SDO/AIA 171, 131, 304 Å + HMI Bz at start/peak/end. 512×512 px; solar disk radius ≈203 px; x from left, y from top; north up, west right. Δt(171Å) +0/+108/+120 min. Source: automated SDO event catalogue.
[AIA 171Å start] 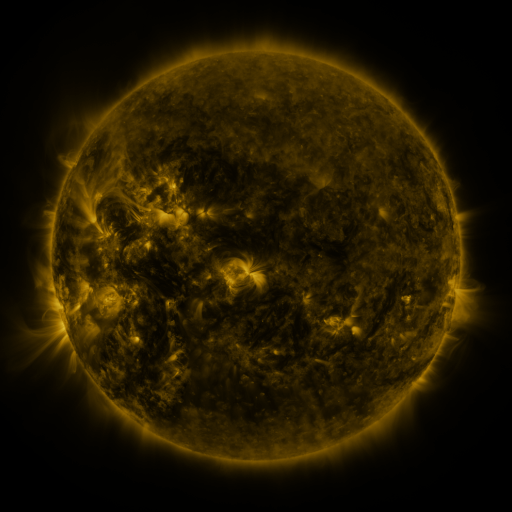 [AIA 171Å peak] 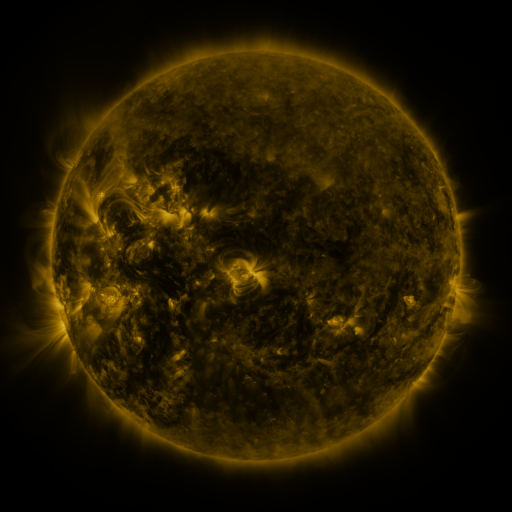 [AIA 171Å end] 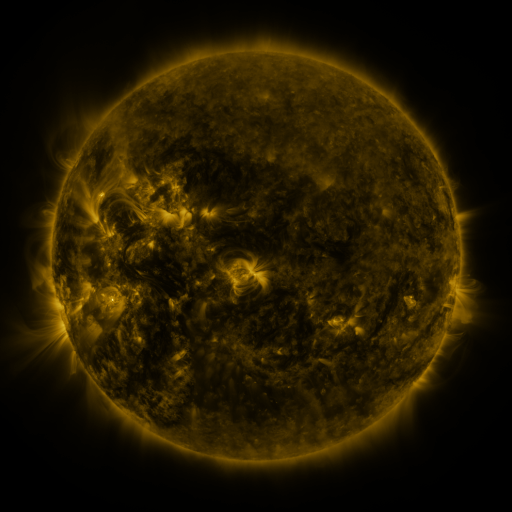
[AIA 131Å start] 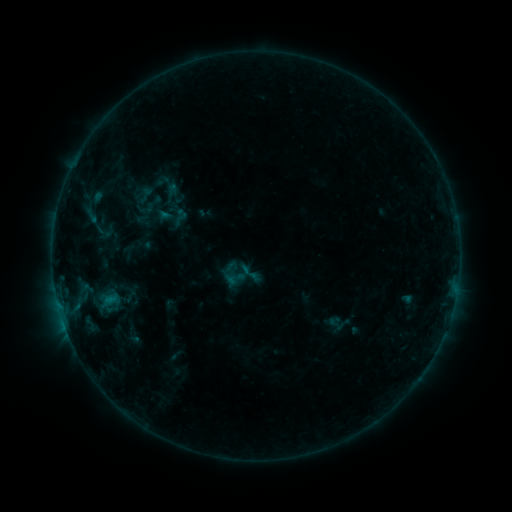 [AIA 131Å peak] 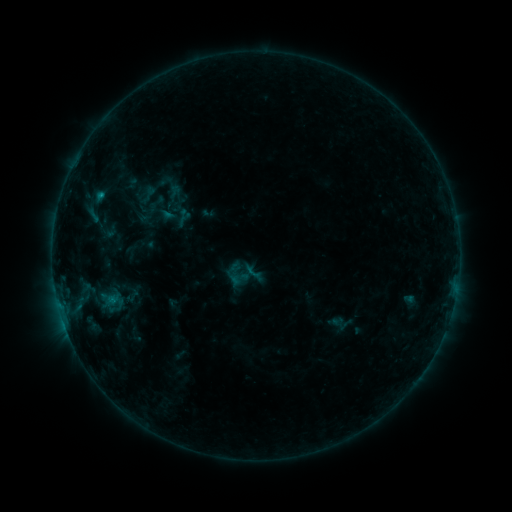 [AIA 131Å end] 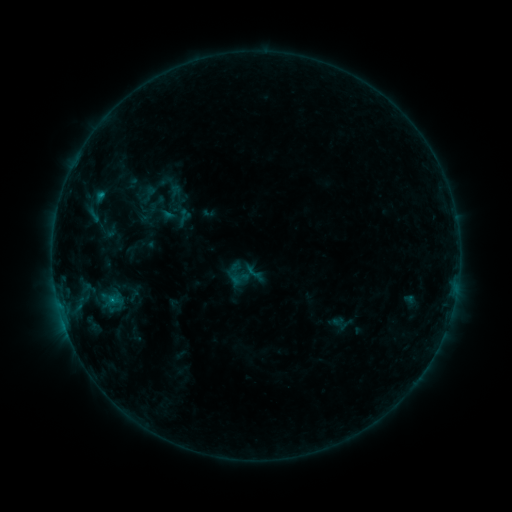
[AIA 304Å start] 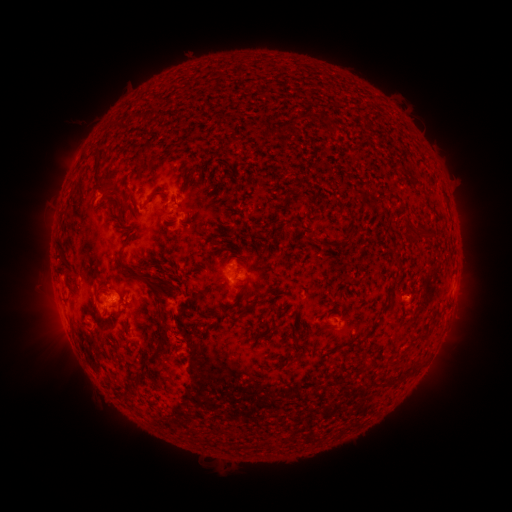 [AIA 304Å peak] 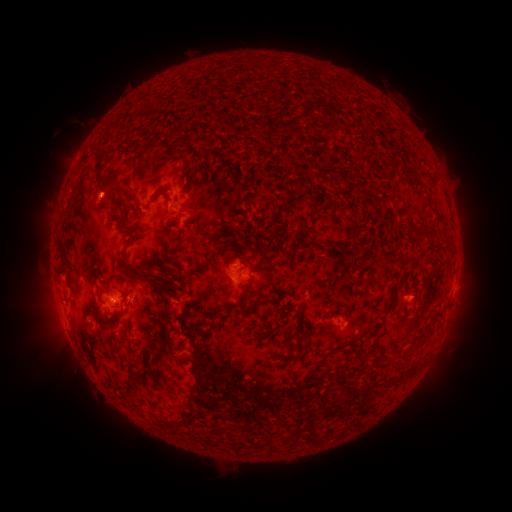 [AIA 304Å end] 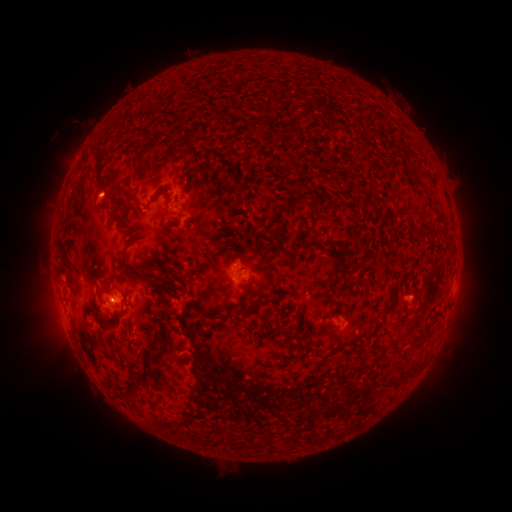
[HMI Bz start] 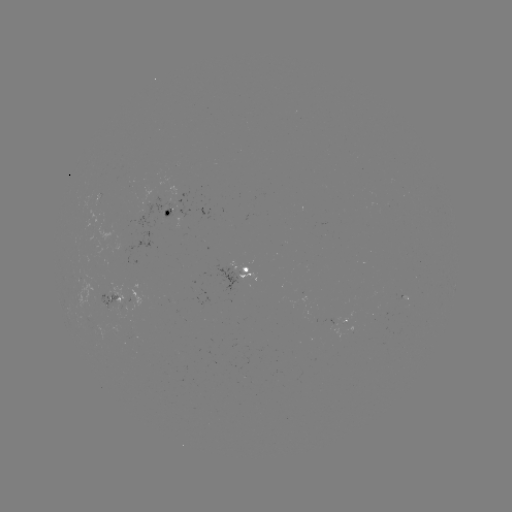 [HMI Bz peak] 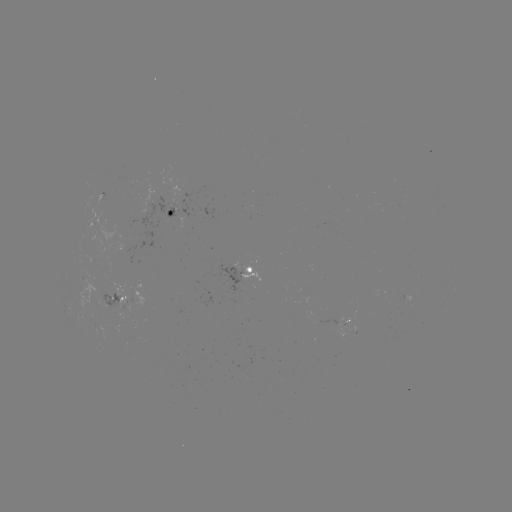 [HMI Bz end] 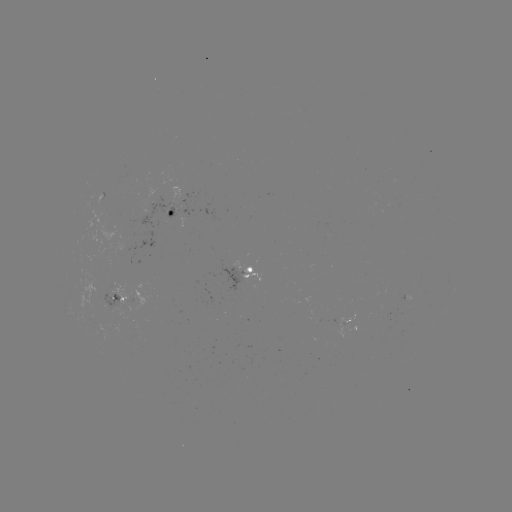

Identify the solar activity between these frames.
emerging-flux region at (121, 302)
